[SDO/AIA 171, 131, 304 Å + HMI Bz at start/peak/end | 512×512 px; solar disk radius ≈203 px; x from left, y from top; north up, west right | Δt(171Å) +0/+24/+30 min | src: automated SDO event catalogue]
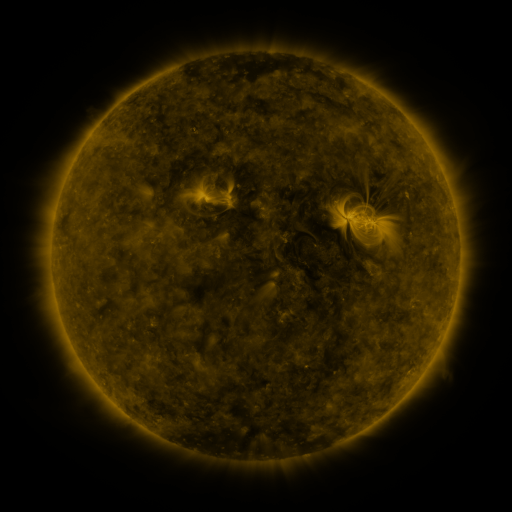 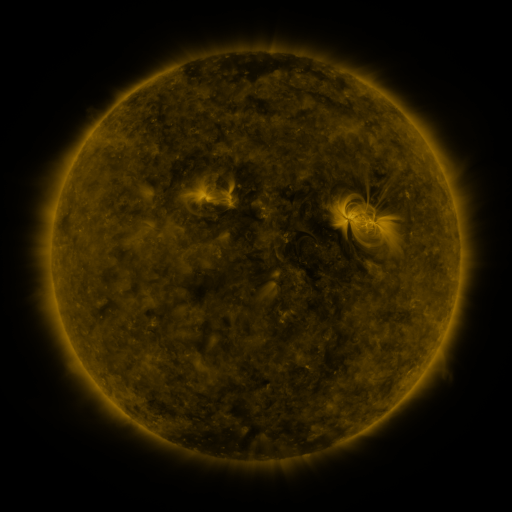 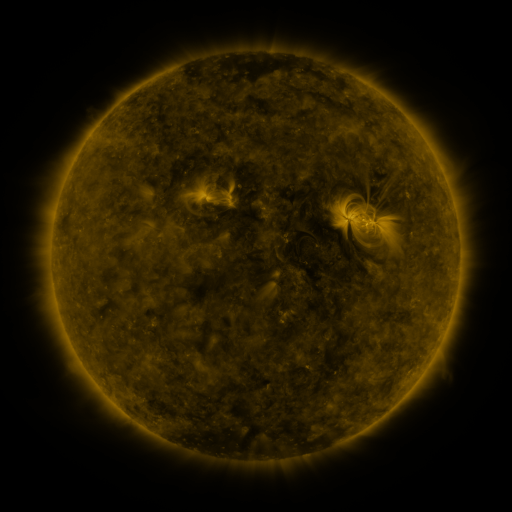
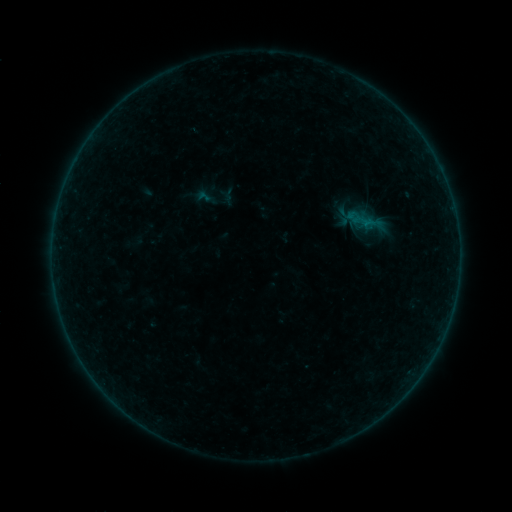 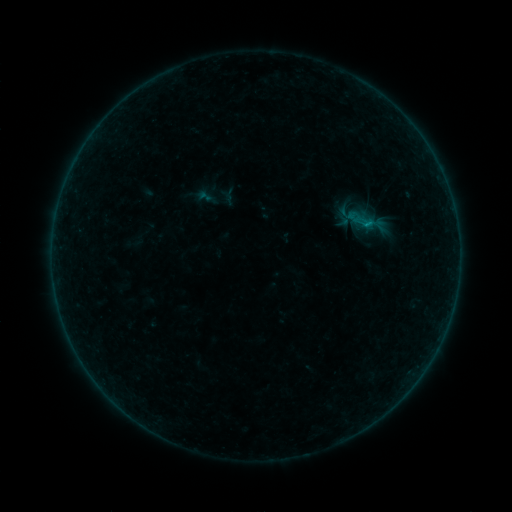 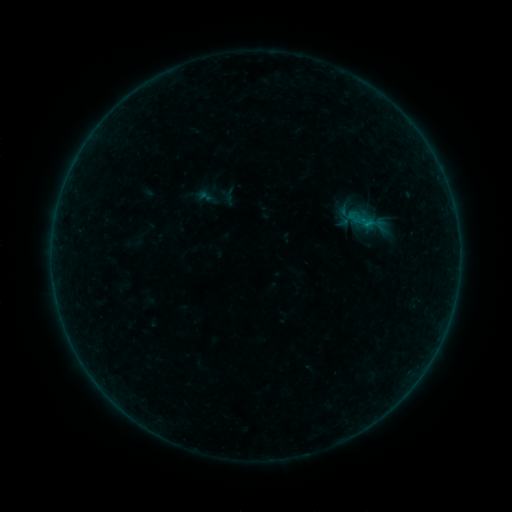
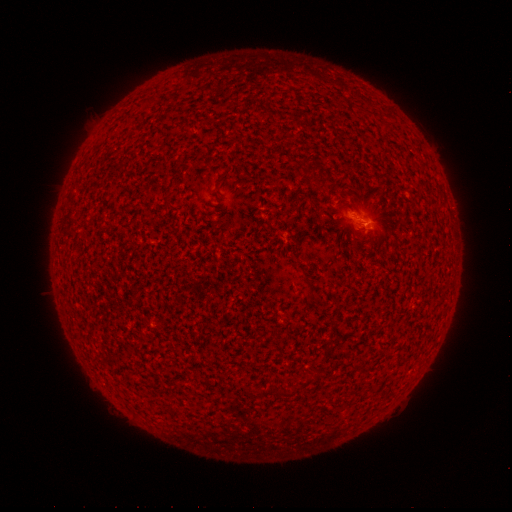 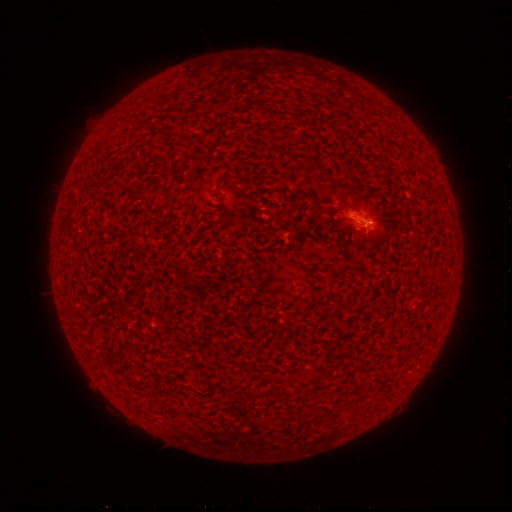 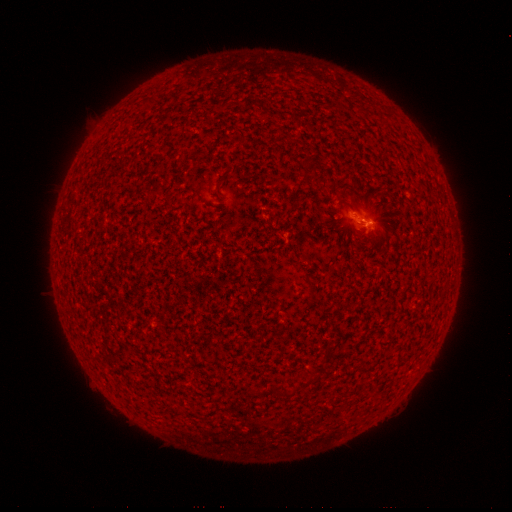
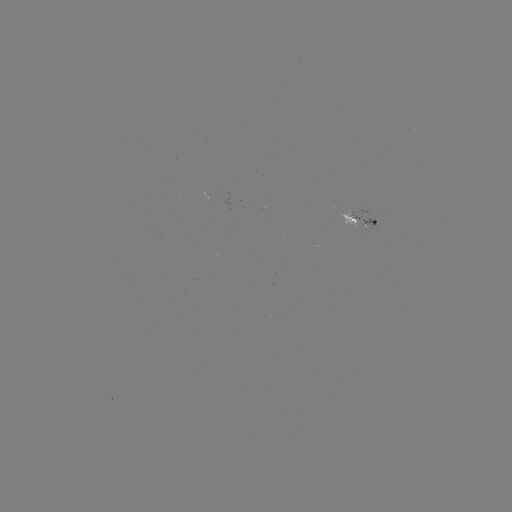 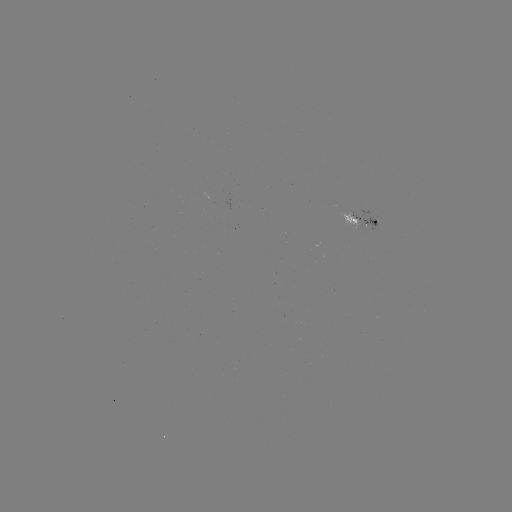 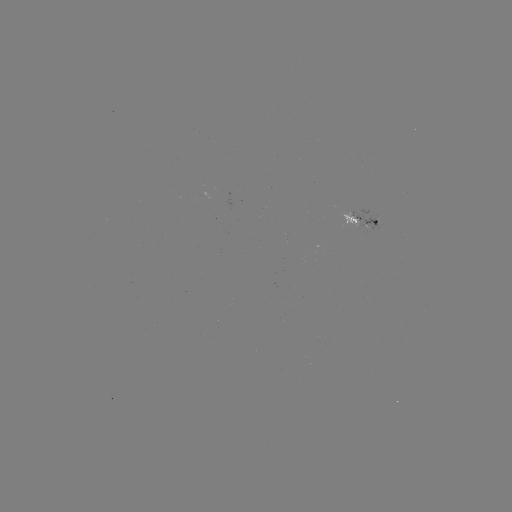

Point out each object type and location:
B1.9 flare: (366, 225)
